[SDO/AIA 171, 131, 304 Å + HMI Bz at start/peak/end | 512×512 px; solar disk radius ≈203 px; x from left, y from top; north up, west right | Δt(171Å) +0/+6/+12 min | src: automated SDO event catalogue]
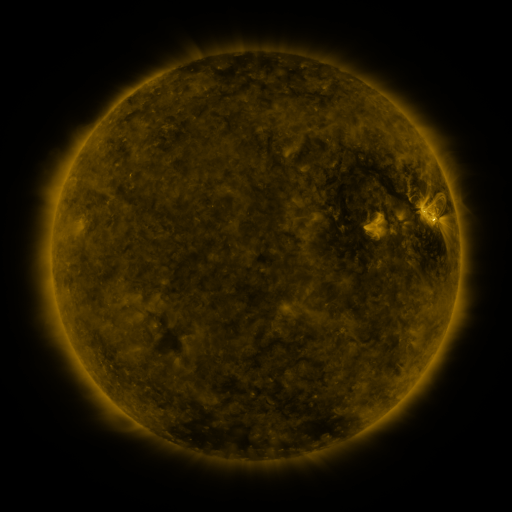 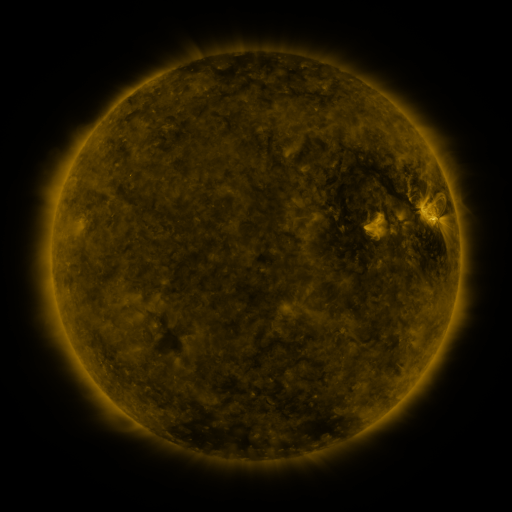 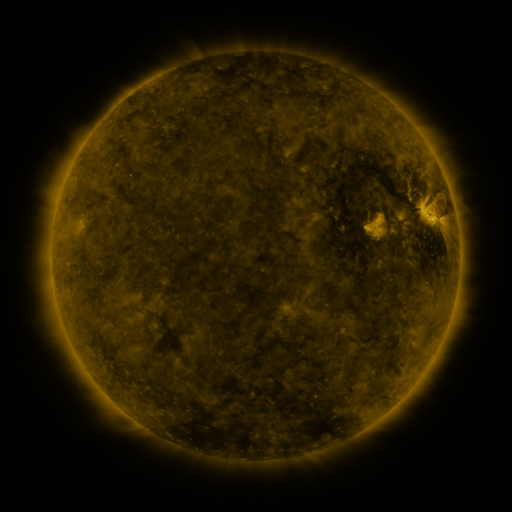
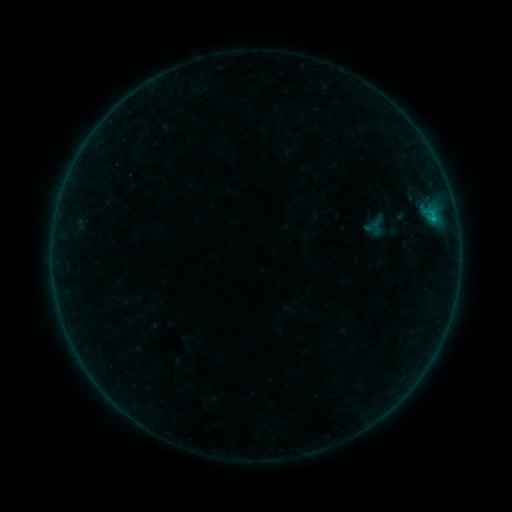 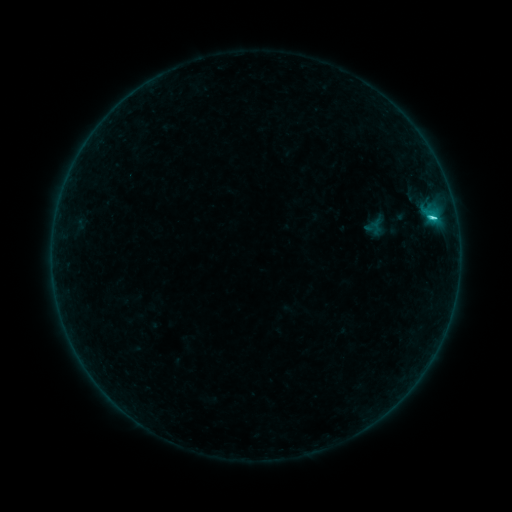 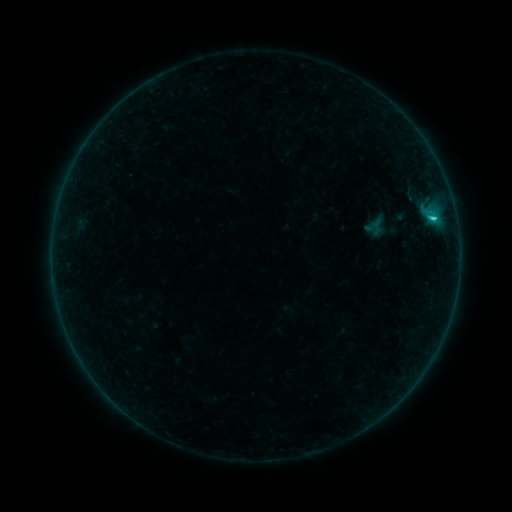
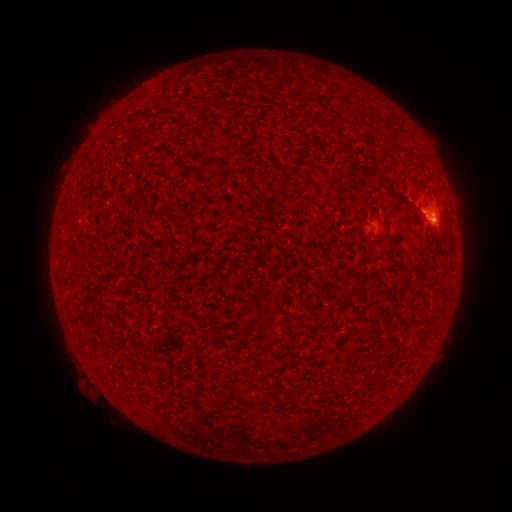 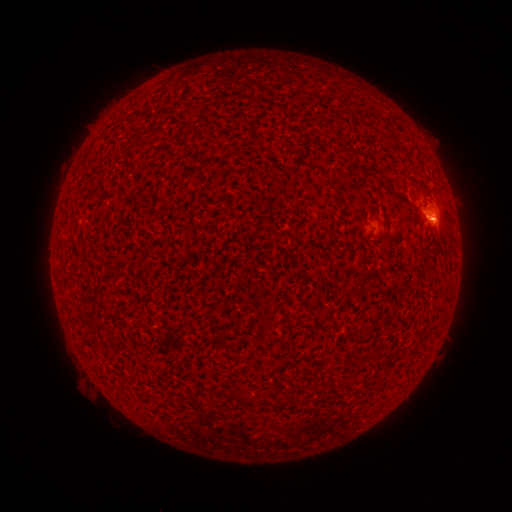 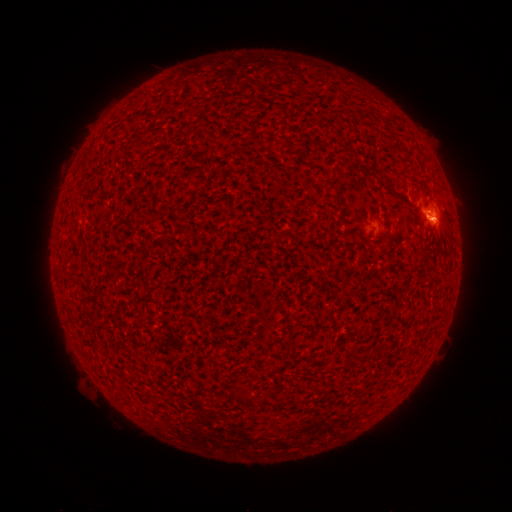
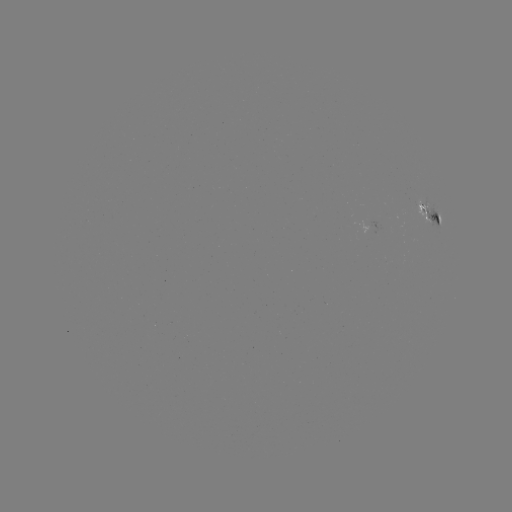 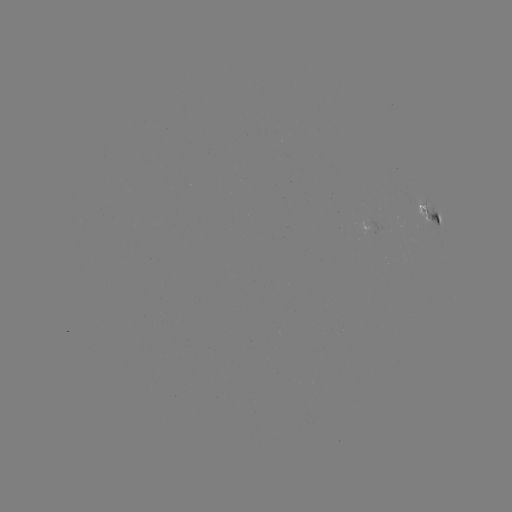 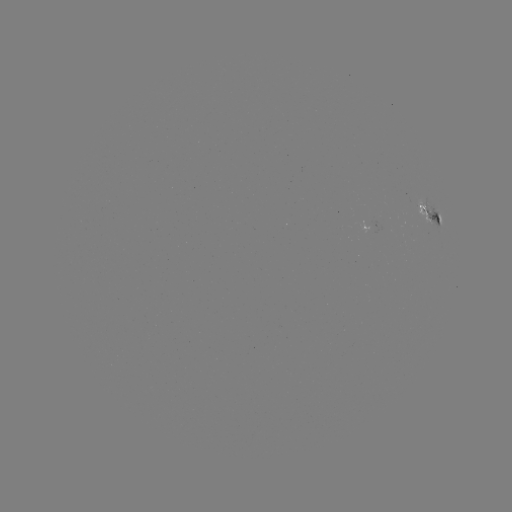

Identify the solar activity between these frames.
C1.4 flare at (431, 219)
